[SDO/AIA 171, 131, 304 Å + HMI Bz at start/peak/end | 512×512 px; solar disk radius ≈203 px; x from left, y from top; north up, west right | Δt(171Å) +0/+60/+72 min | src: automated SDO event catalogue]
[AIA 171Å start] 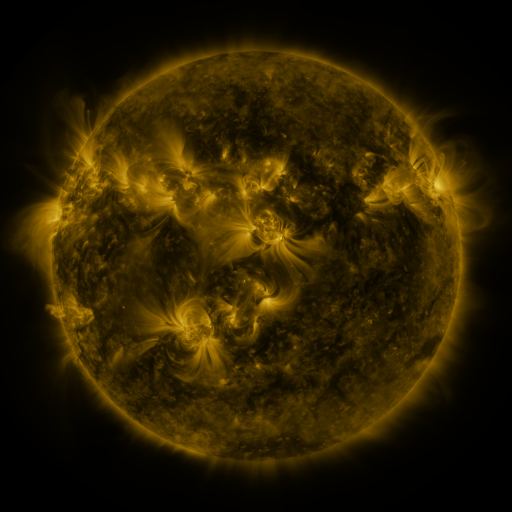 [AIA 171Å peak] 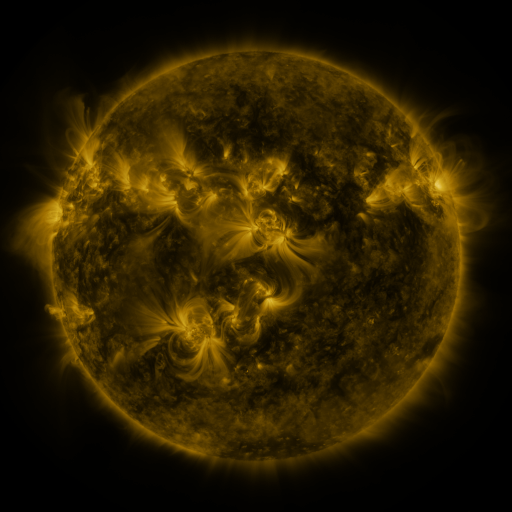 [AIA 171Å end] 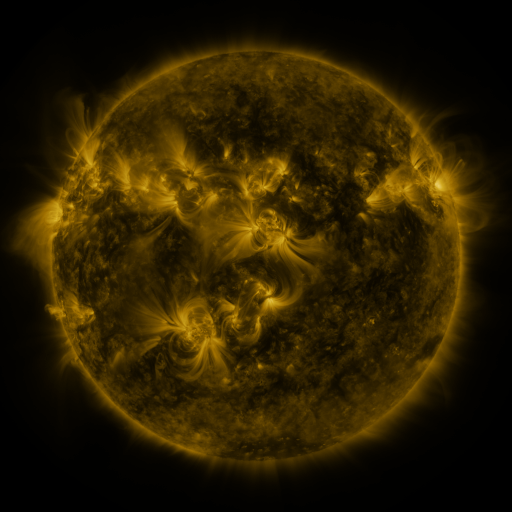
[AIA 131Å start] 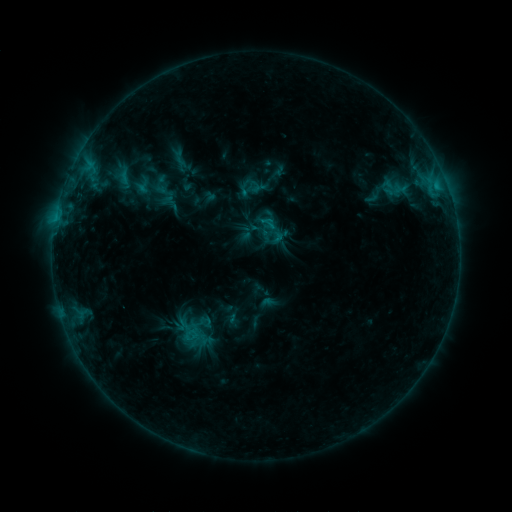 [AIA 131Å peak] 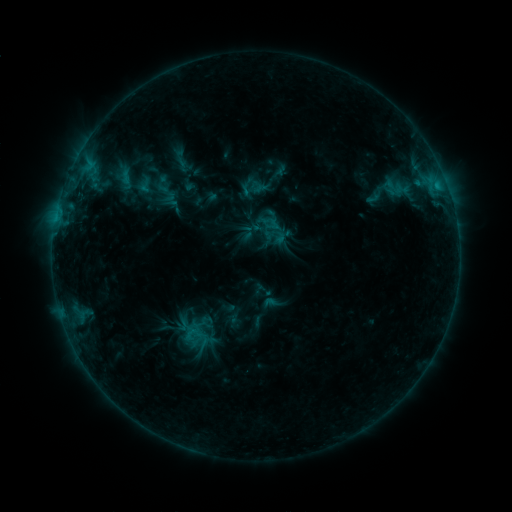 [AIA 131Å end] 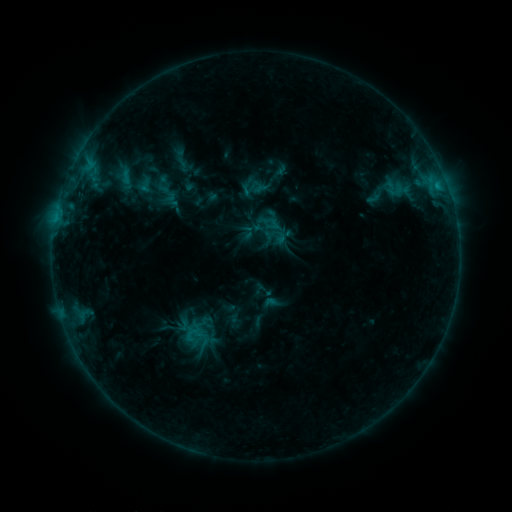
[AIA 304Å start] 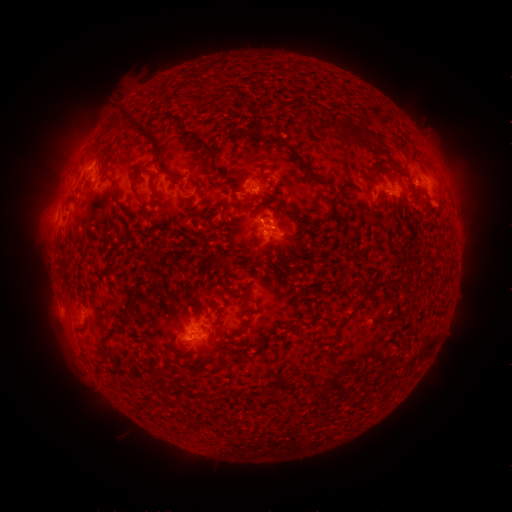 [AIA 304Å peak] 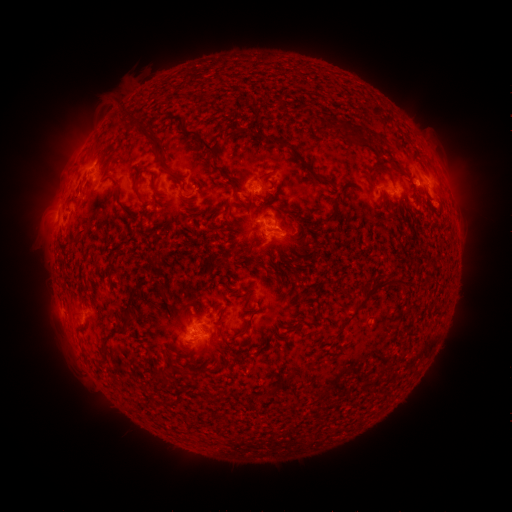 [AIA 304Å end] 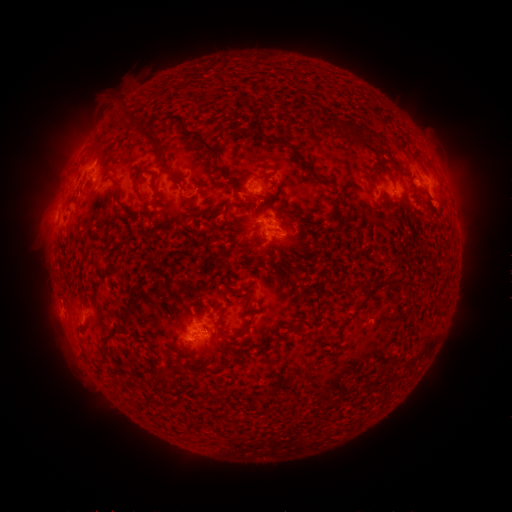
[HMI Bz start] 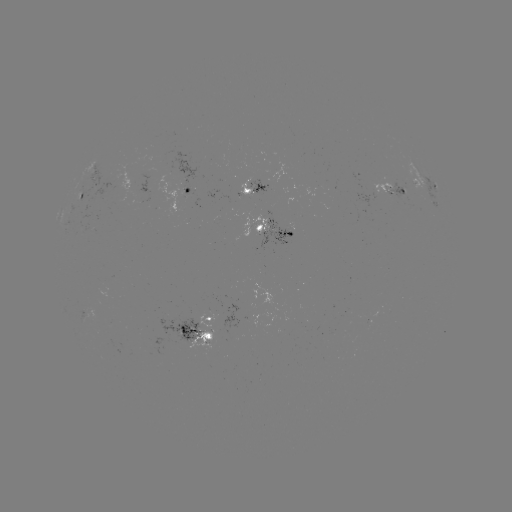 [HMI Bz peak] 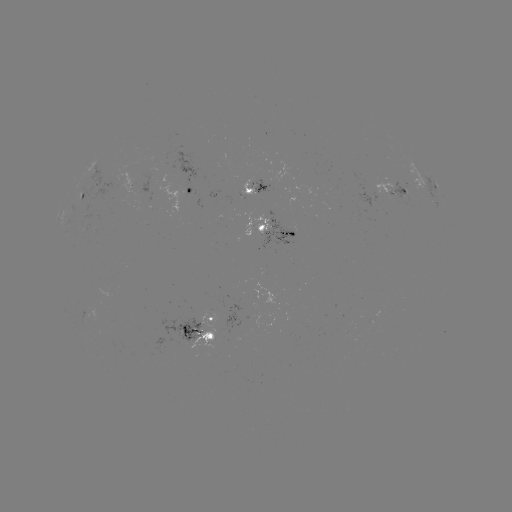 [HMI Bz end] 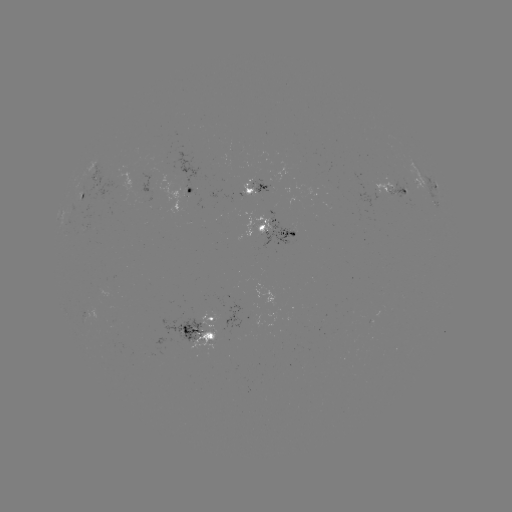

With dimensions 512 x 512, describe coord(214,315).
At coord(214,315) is emerging-flux region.